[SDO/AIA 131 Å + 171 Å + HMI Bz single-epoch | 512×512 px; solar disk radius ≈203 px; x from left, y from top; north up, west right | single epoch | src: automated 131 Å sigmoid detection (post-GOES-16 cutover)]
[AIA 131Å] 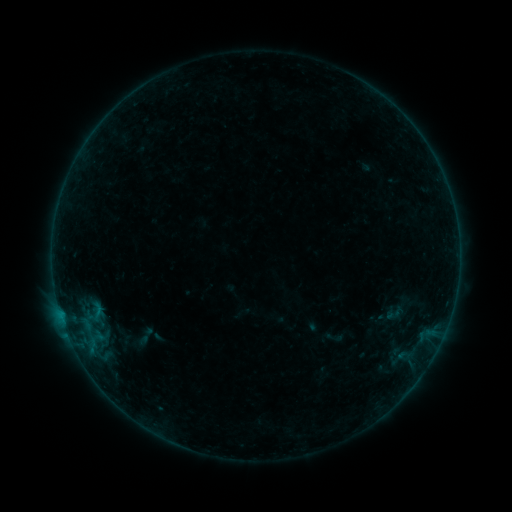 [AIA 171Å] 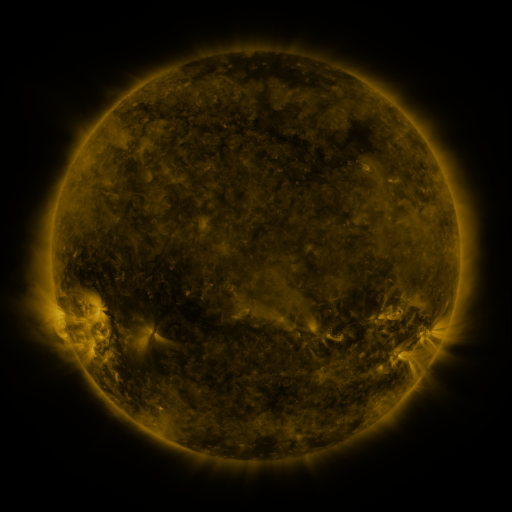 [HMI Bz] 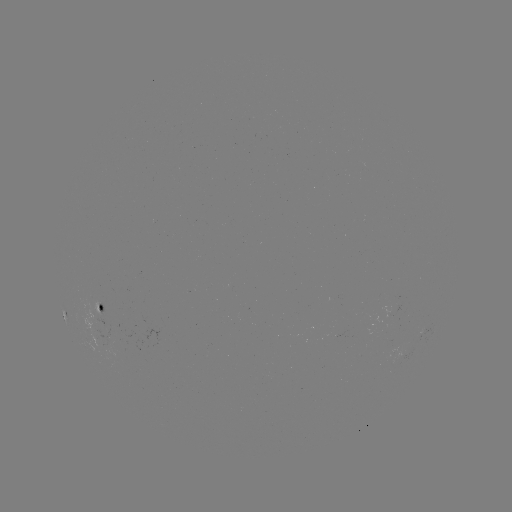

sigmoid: (384, 301, 405, 324)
